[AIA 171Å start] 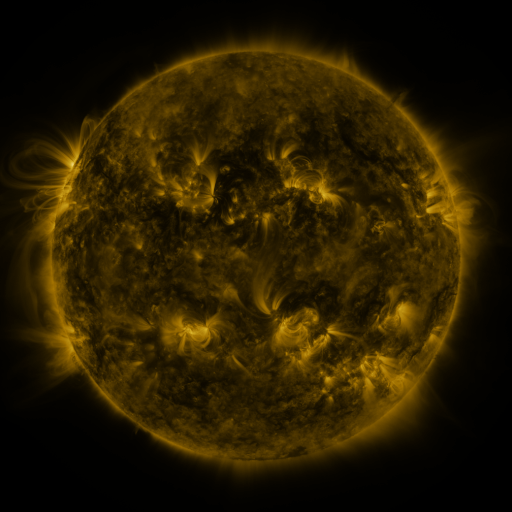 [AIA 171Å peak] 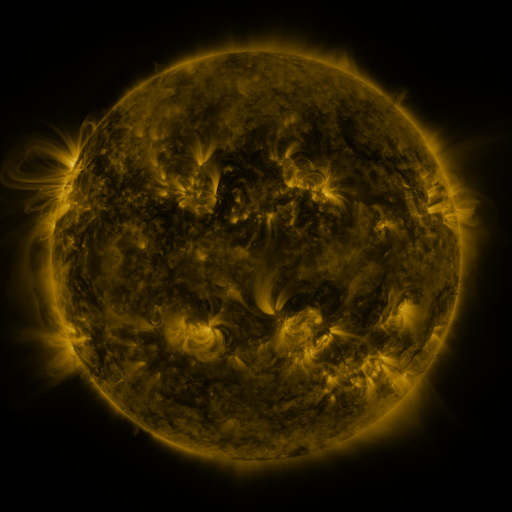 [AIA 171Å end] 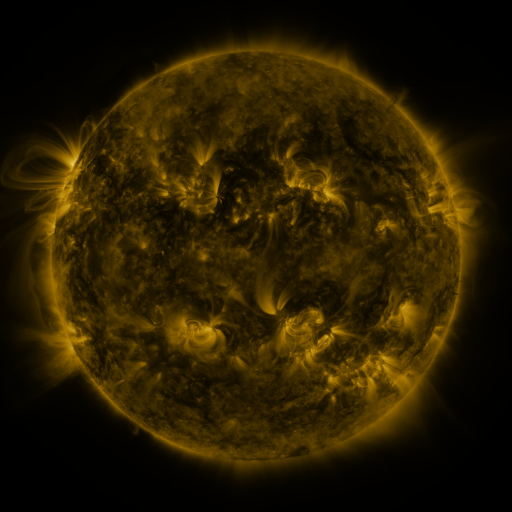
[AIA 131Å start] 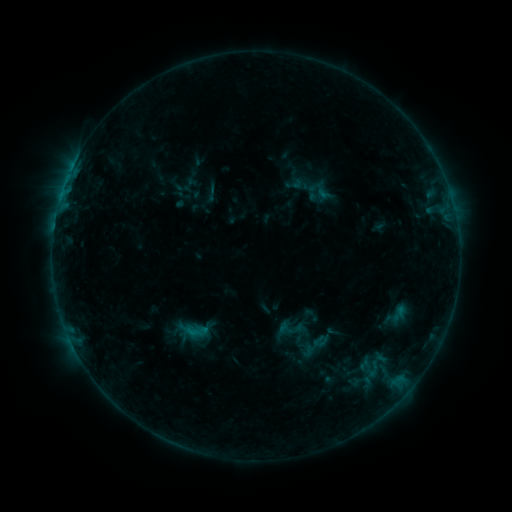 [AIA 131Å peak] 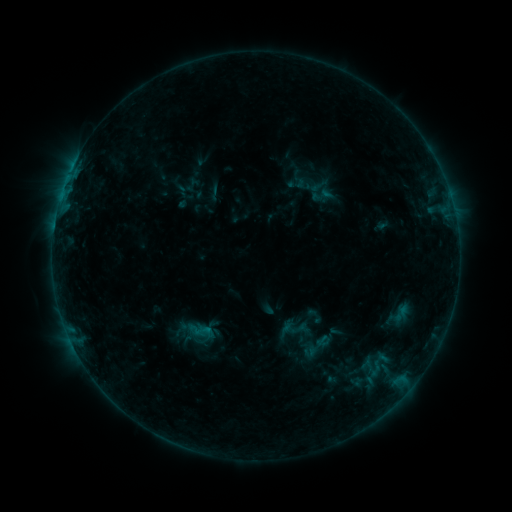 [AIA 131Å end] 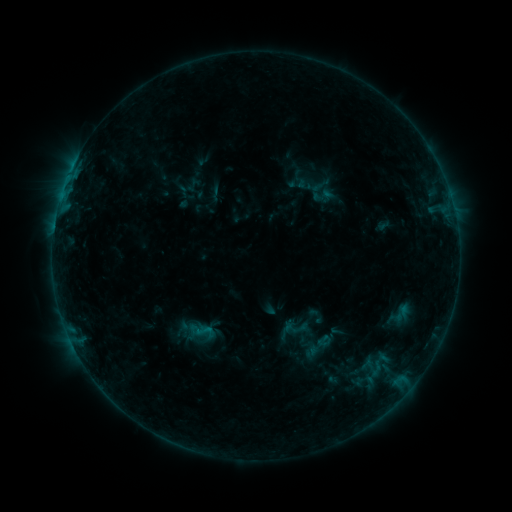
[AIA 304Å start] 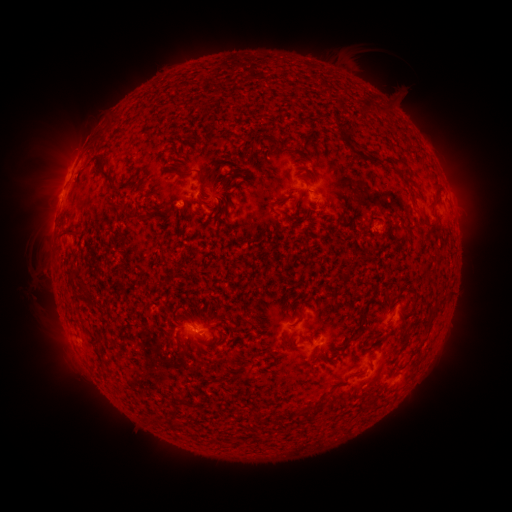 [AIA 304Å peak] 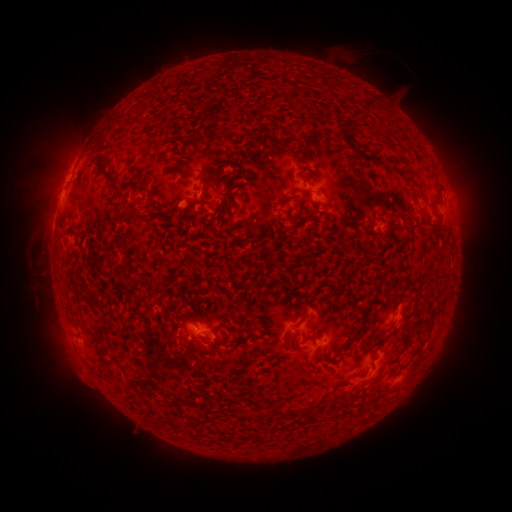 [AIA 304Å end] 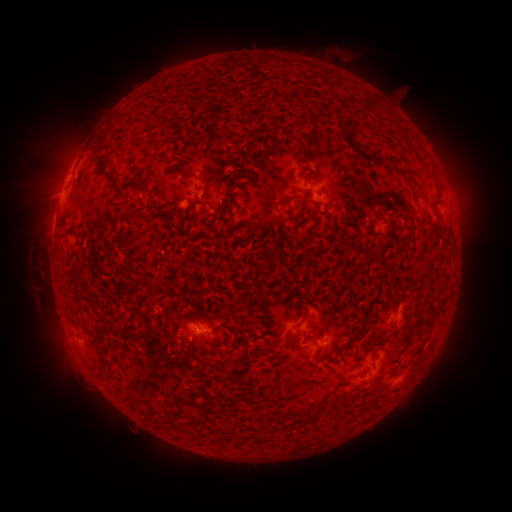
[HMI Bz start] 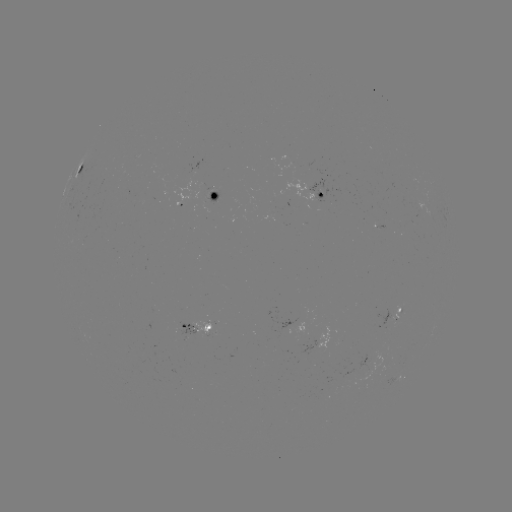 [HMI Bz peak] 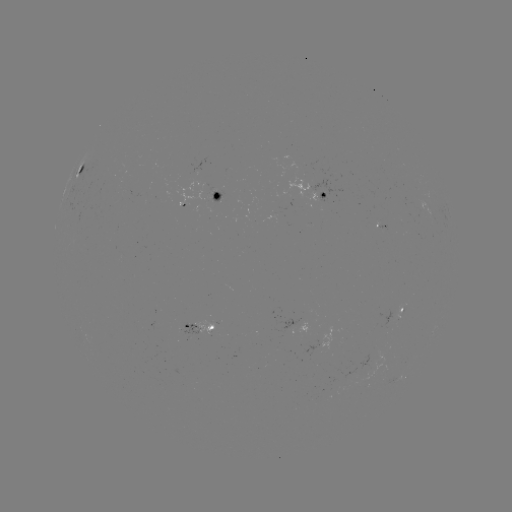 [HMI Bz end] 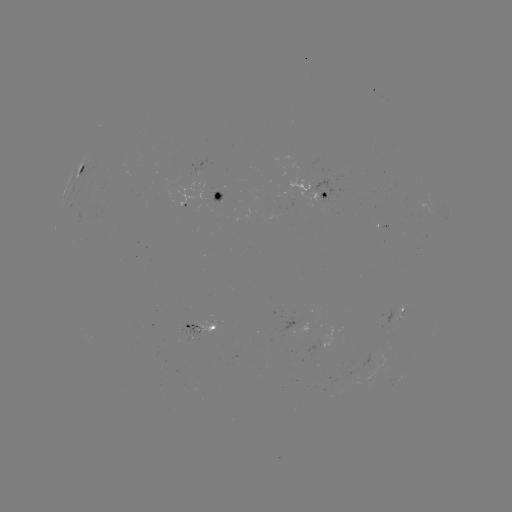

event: emerging-flux region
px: (392, 320)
